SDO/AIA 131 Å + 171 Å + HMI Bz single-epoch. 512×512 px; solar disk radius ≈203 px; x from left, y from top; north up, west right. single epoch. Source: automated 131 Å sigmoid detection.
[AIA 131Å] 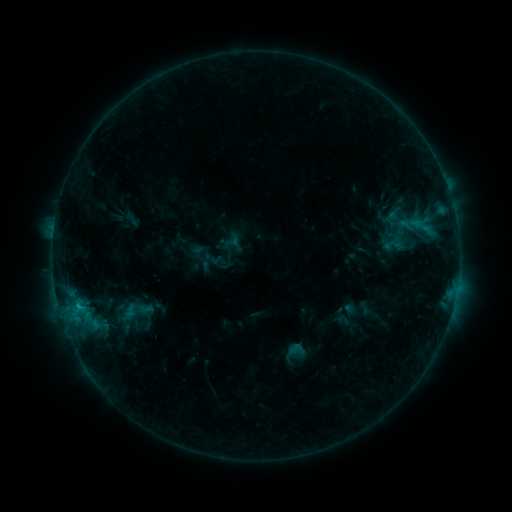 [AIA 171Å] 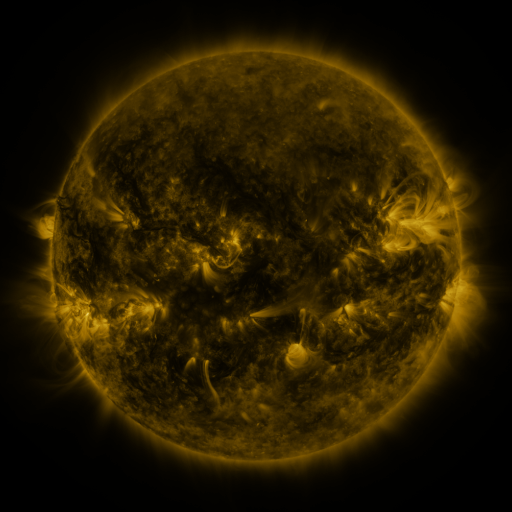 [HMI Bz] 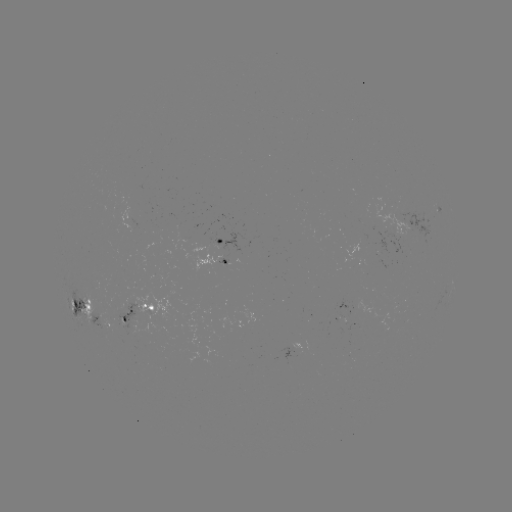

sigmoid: [113, 289, 158, 333]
